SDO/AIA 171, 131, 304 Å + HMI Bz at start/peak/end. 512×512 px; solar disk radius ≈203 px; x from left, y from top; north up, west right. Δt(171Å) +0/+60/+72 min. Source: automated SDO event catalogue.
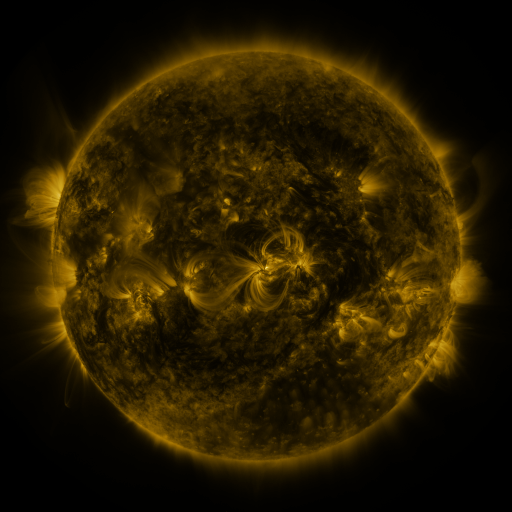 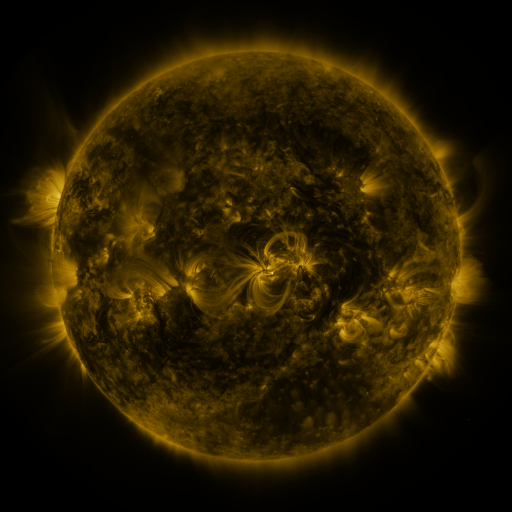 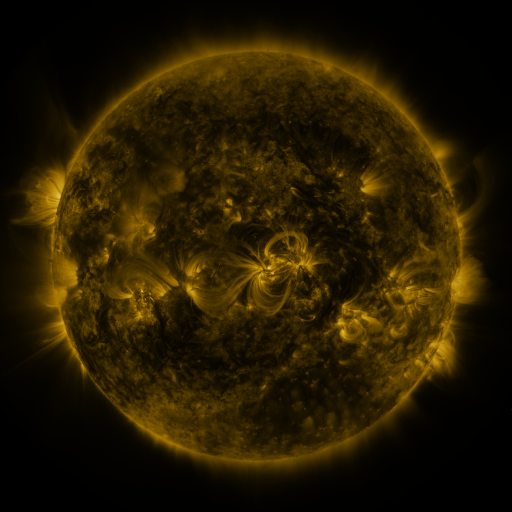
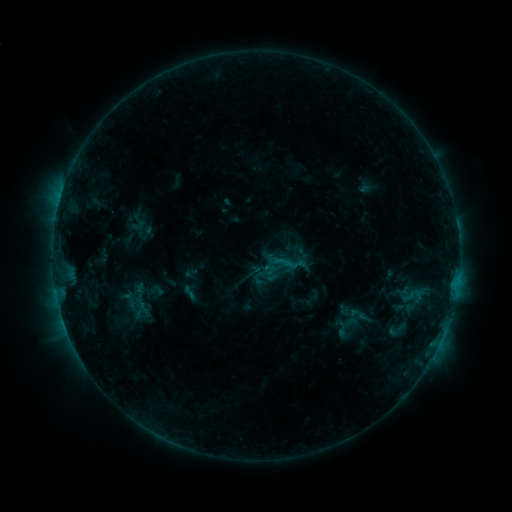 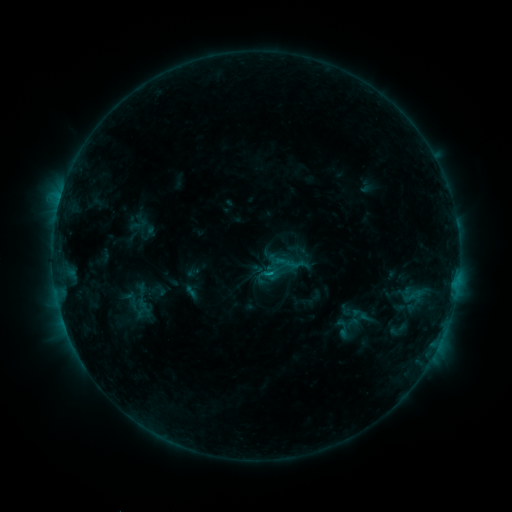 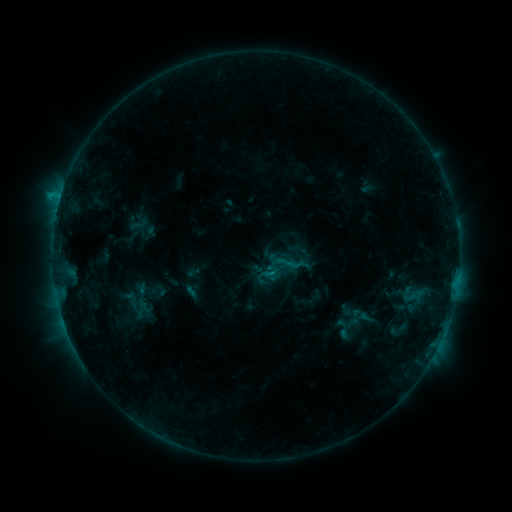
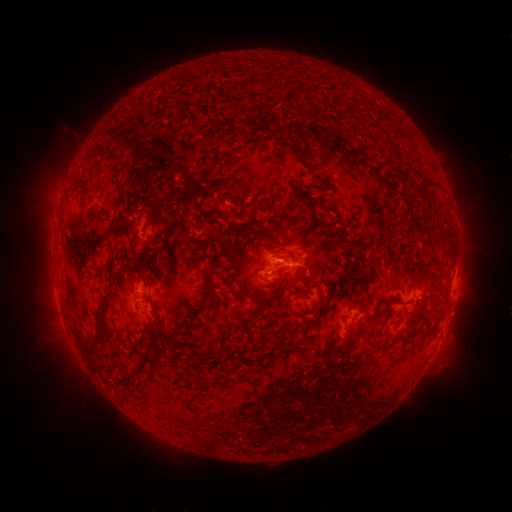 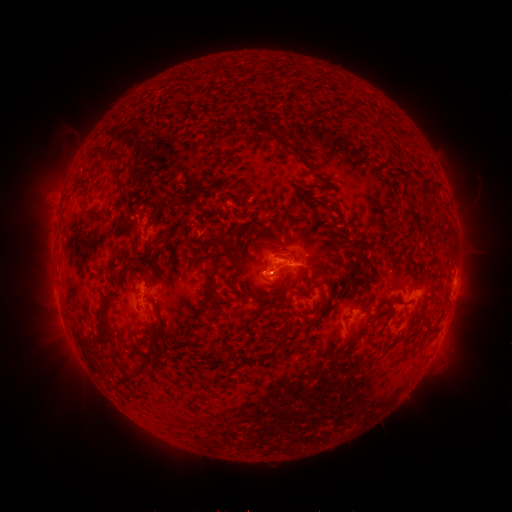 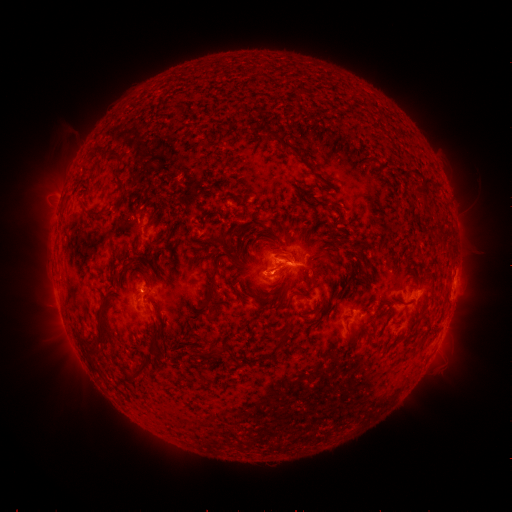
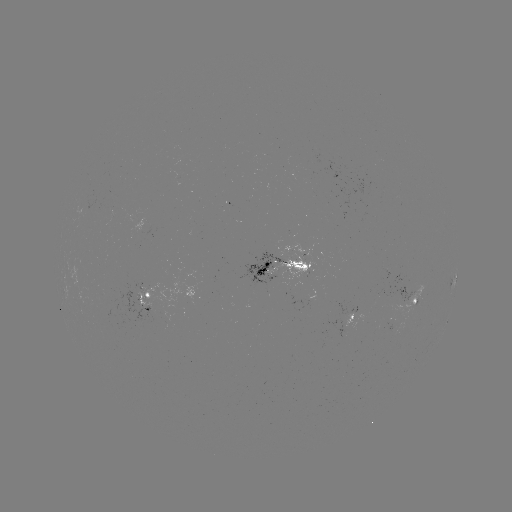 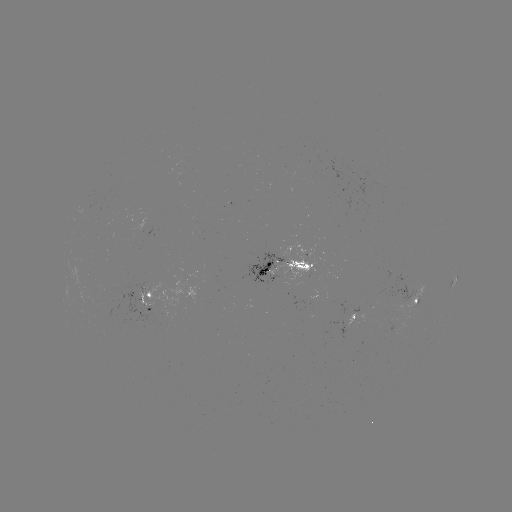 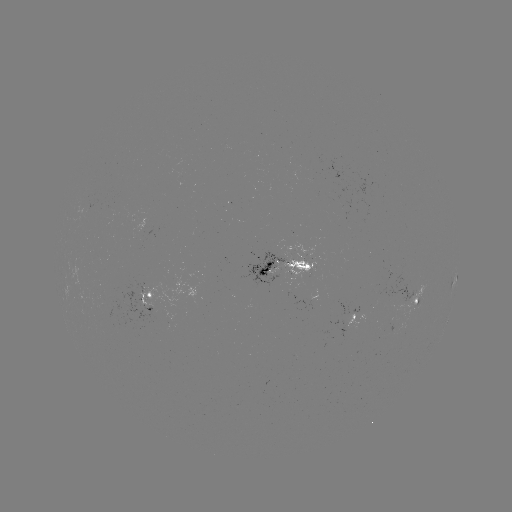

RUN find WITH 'emerging-flux region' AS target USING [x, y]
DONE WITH [308, 257] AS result